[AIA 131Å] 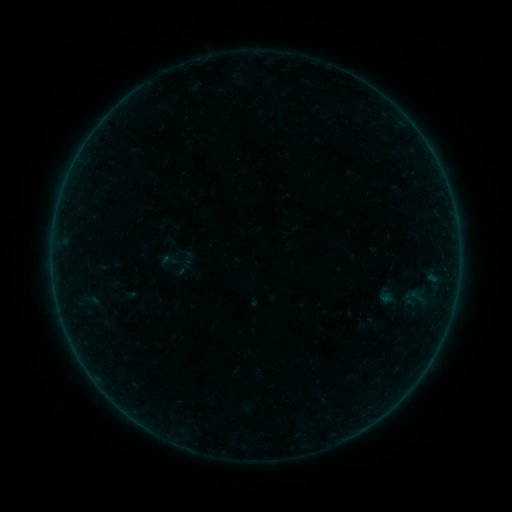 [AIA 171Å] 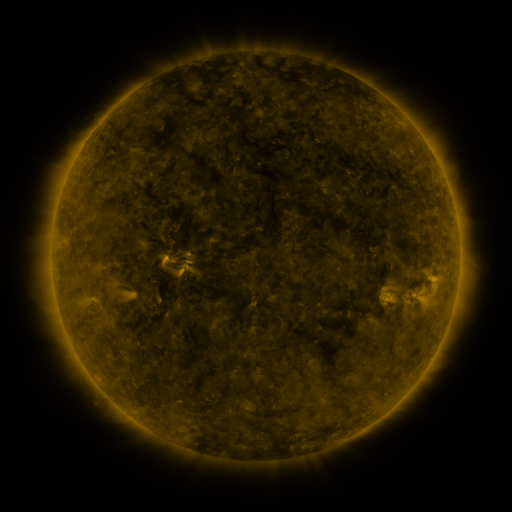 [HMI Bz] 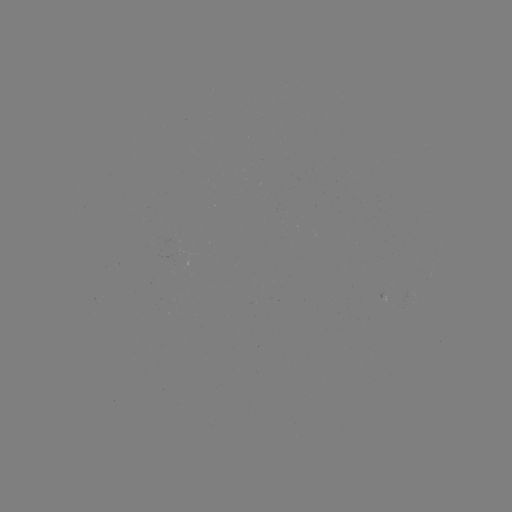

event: sigmoid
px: (169, 260)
